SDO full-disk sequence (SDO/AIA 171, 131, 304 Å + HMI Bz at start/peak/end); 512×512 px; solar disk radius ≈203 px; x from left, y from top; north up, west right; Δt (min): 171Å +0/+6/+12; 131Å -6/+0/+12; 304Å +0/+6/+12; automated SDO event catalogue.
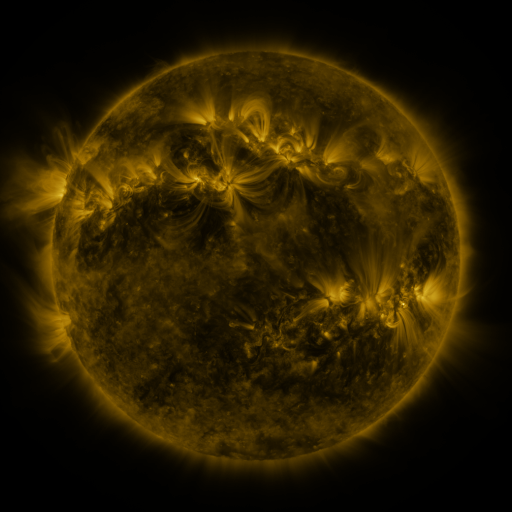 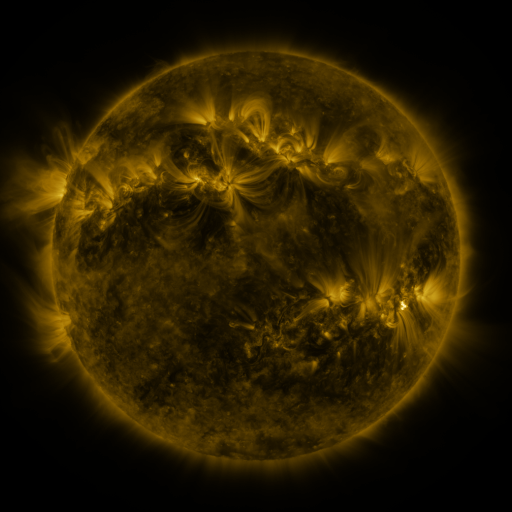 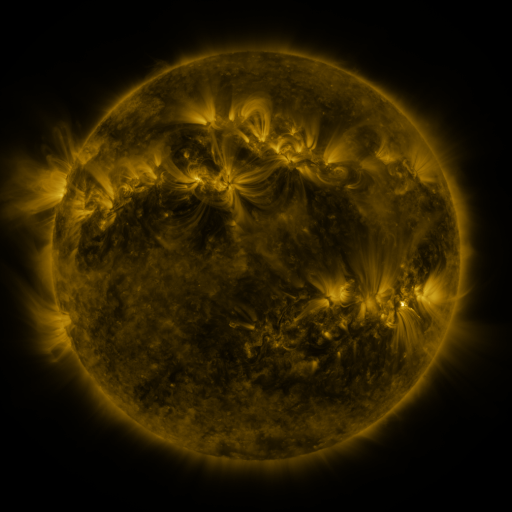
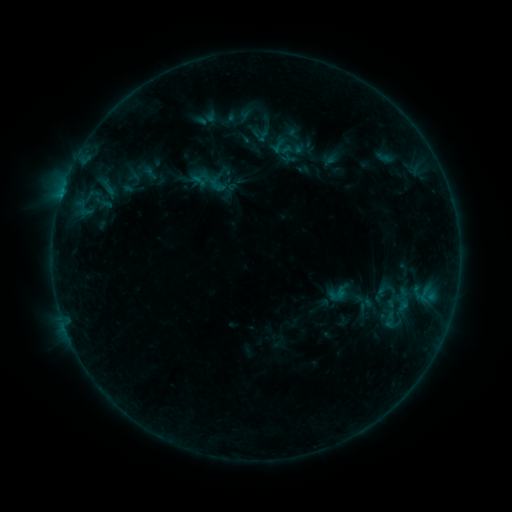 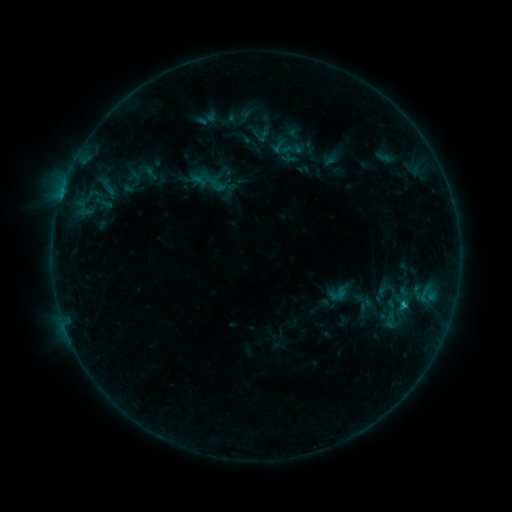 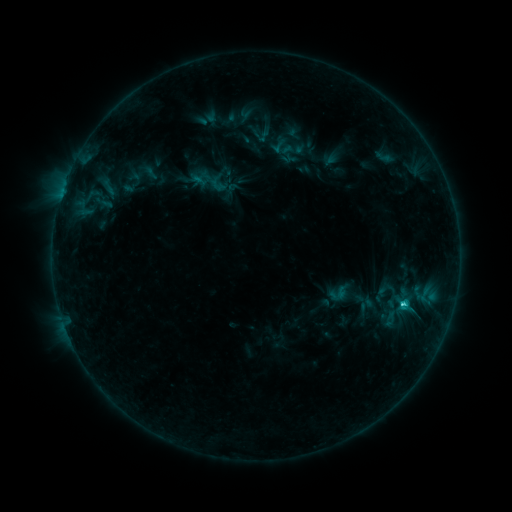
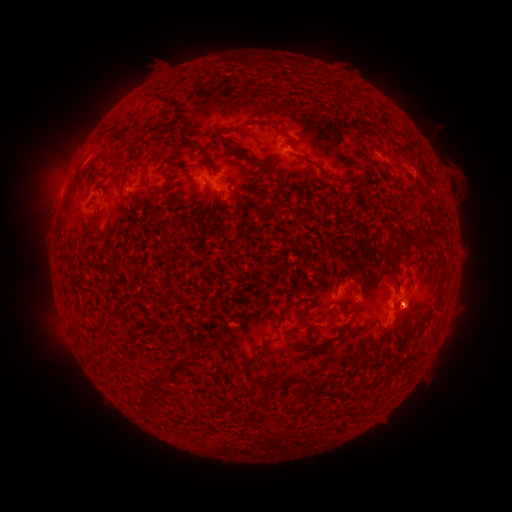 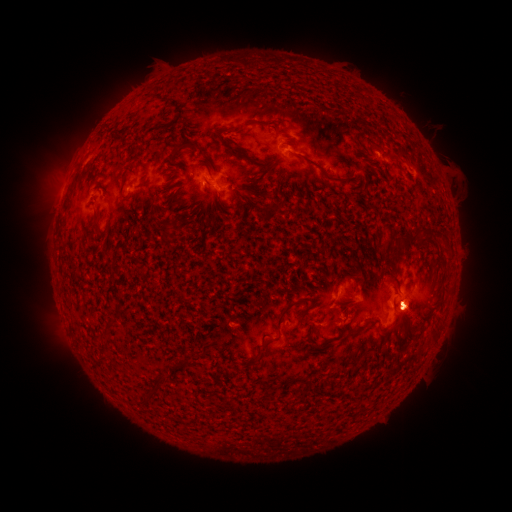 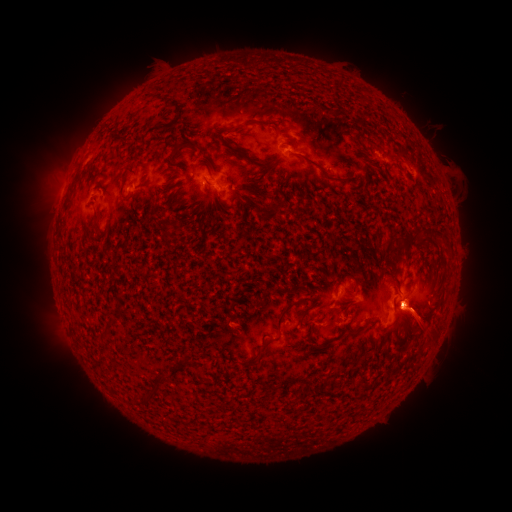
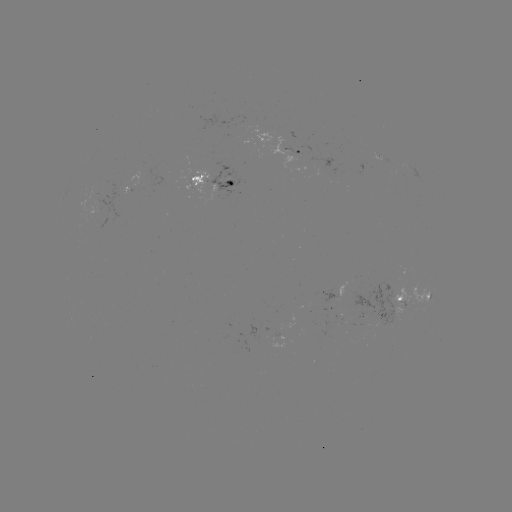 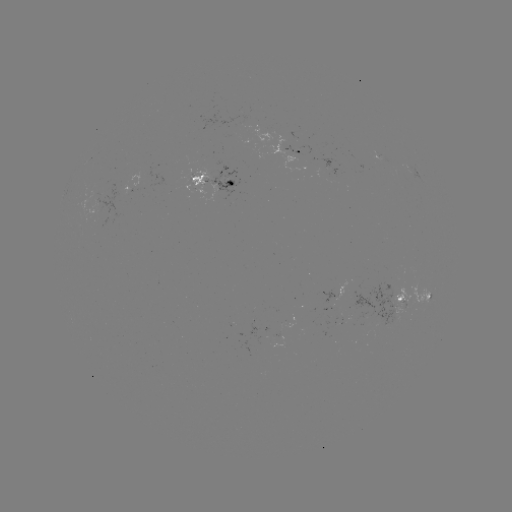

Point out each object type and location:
C3.1 flare: (400, 303)
